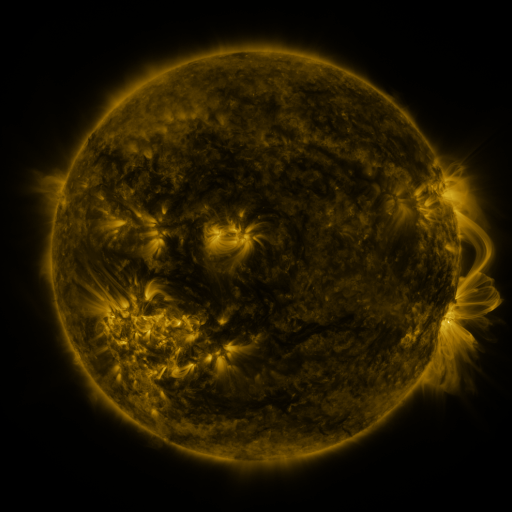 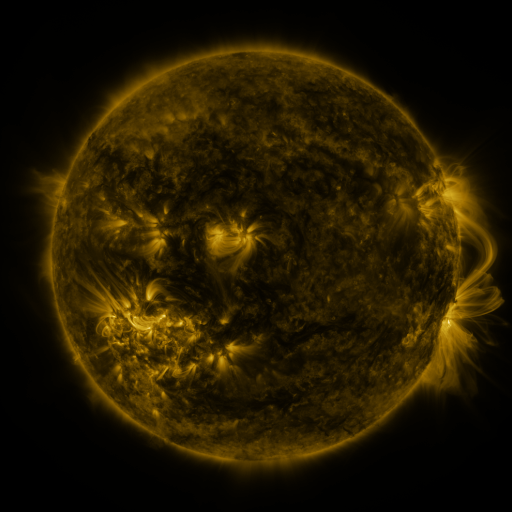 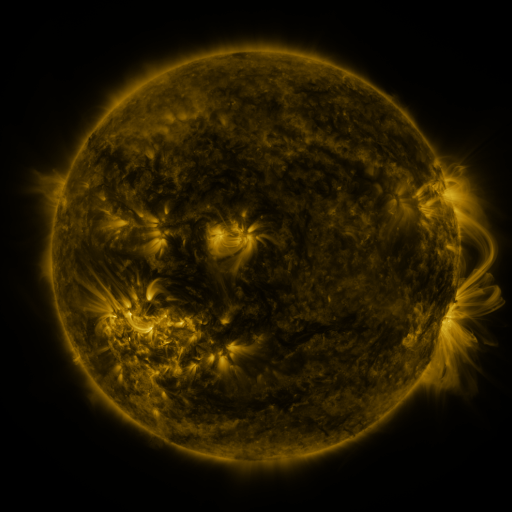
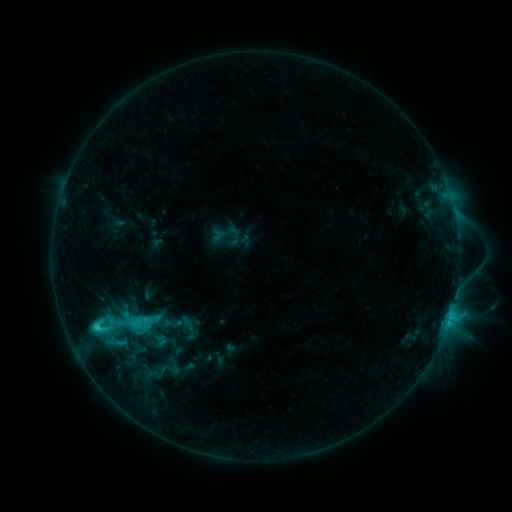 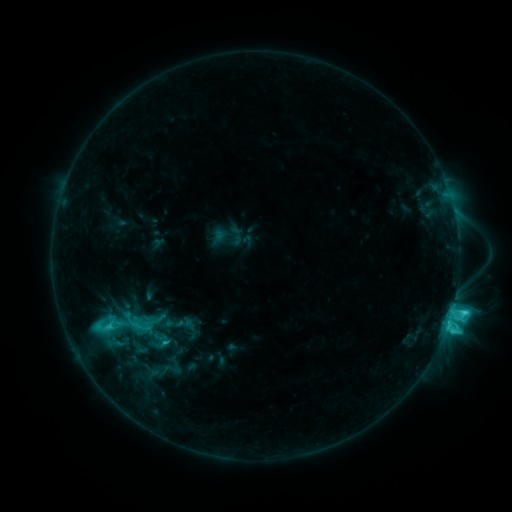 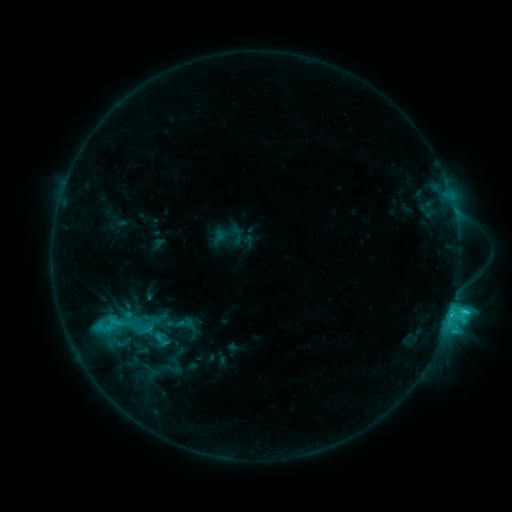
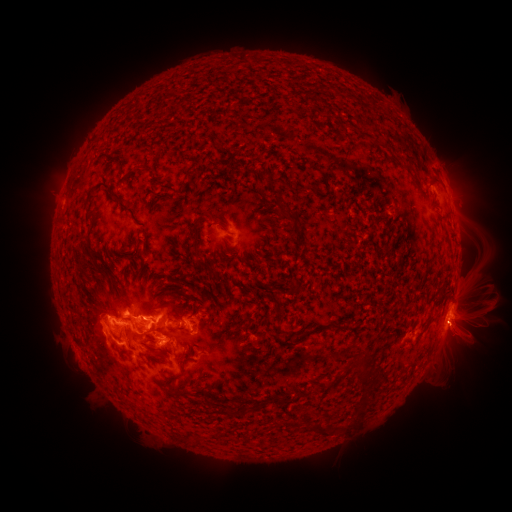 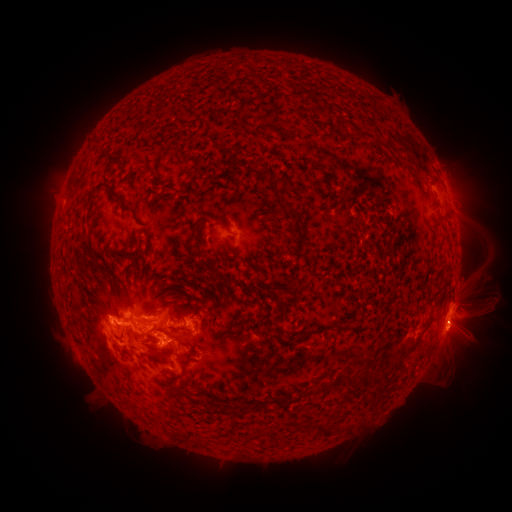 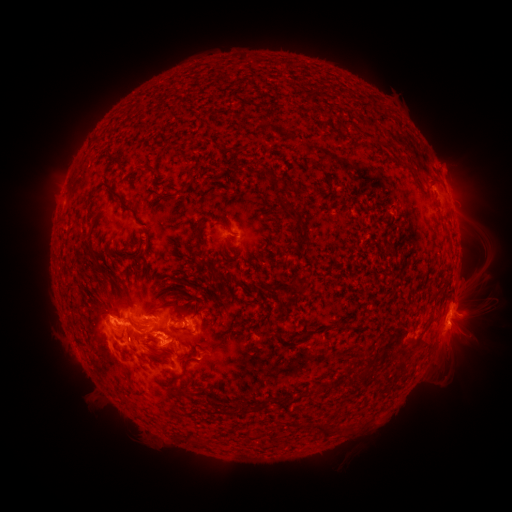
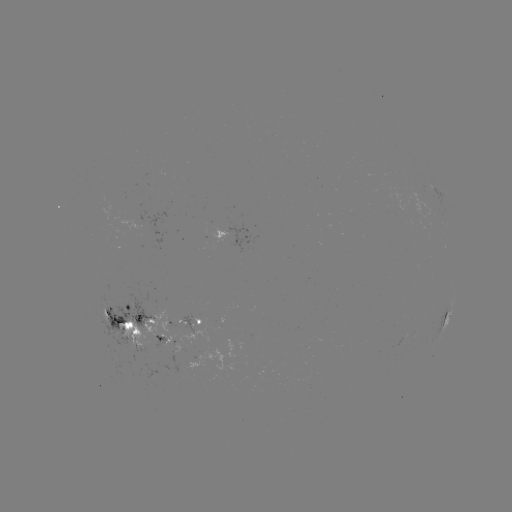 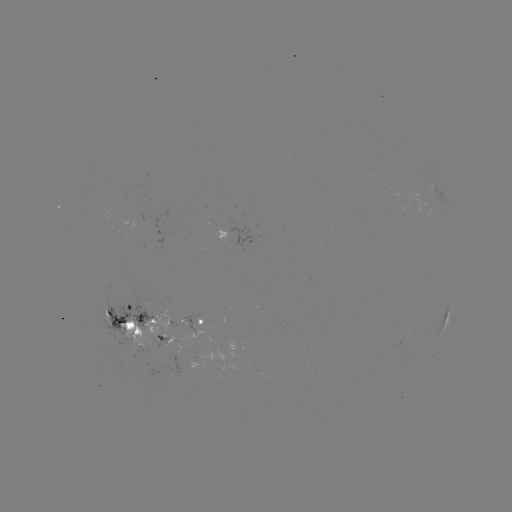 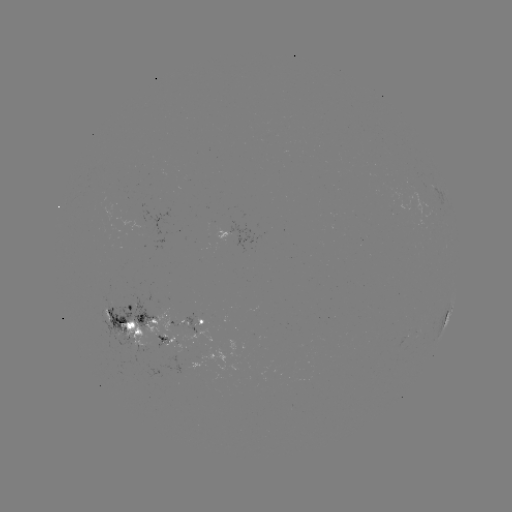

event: emerging-flux region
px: (136, 220)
